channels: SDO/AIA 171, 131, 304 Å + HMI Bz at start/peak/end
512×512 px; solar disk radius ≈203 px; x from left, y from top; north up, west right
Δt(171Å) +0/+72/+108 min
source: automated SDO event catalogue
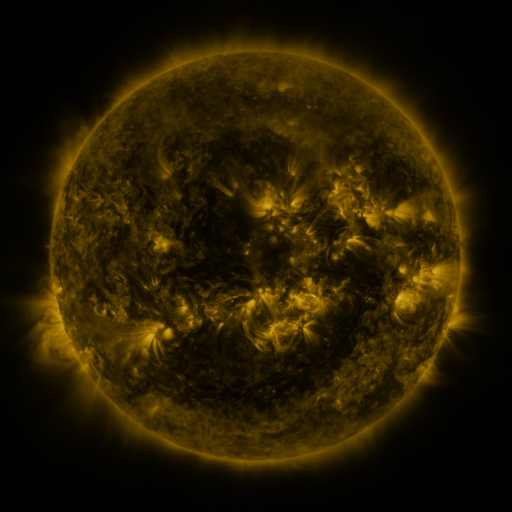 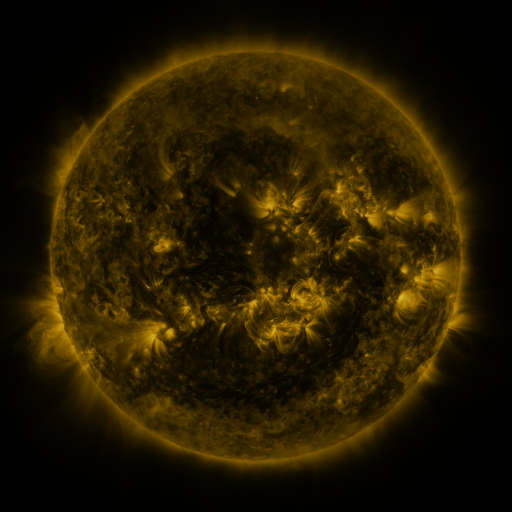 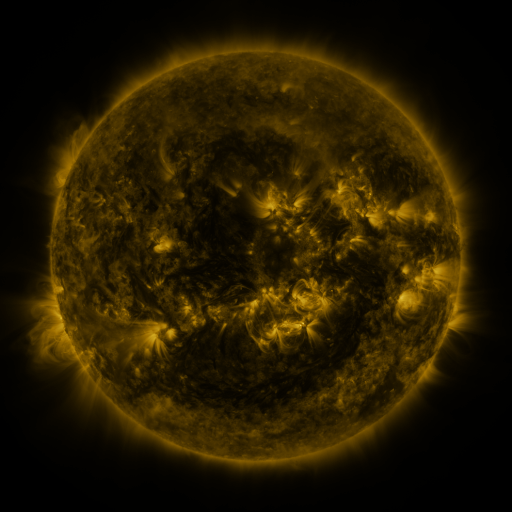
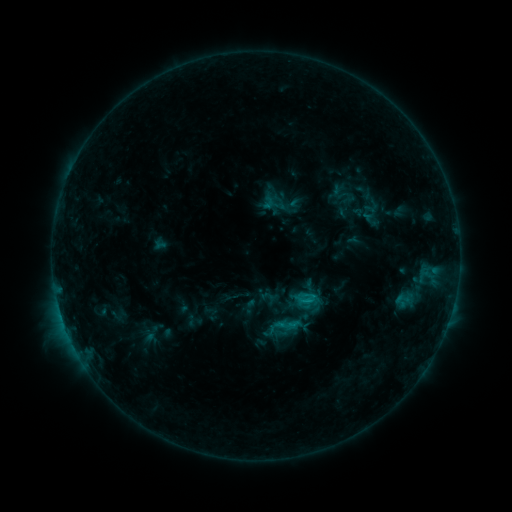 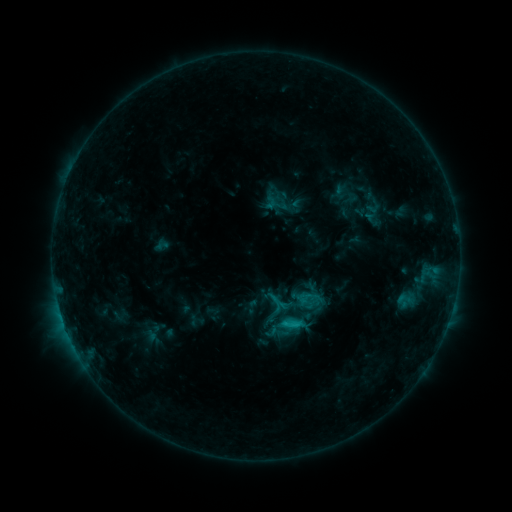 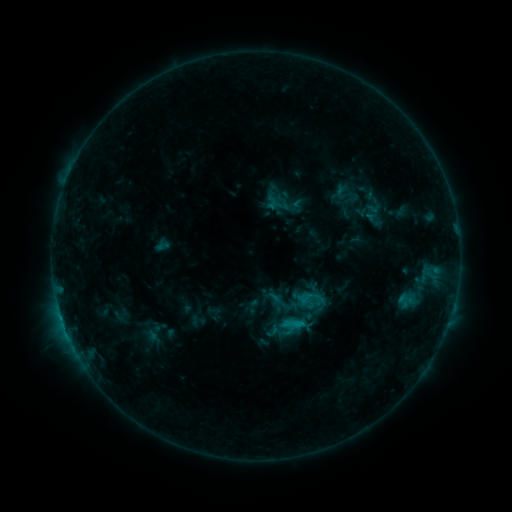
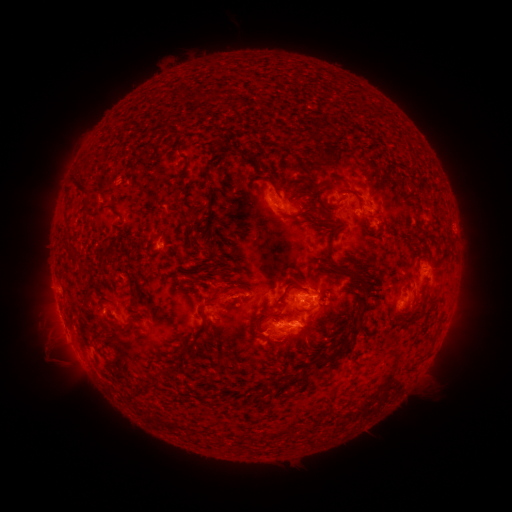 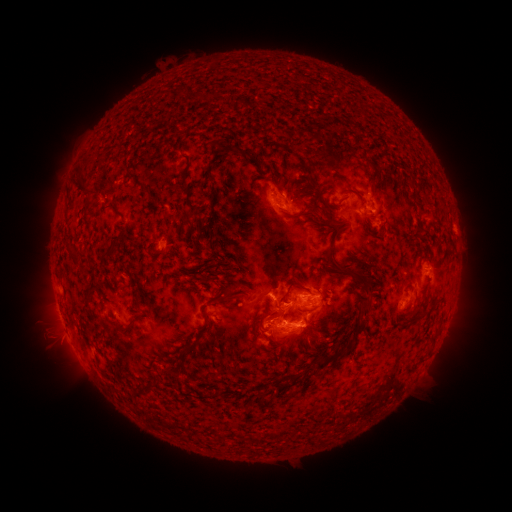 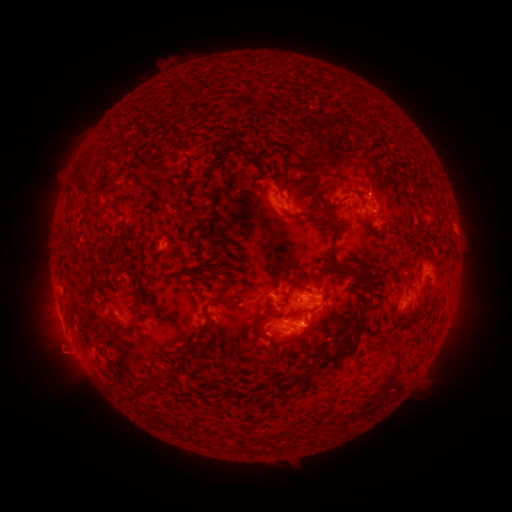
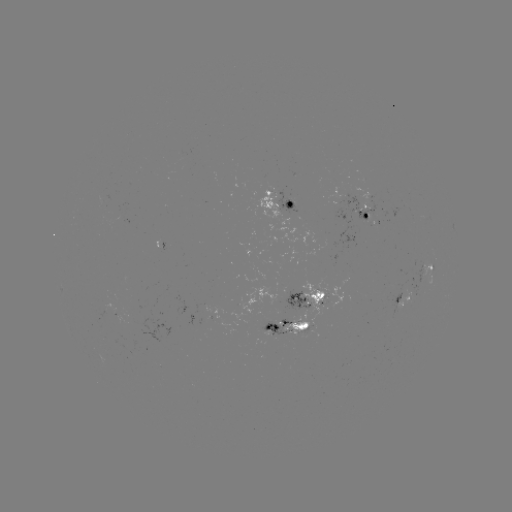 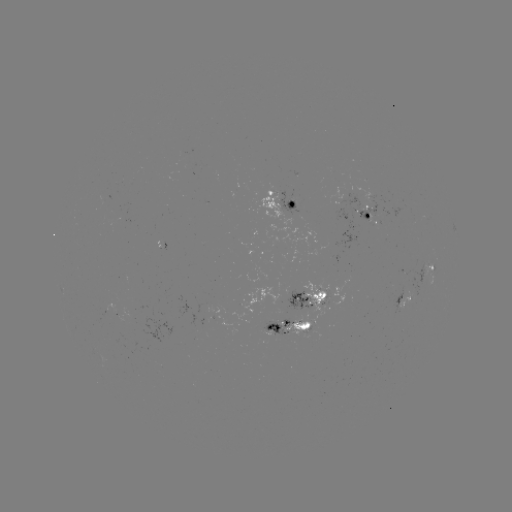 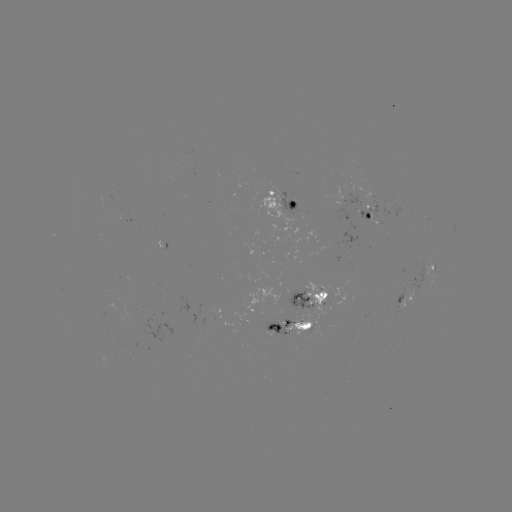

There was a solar emerging-flux region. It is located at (297, 307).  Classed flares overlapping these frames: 1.